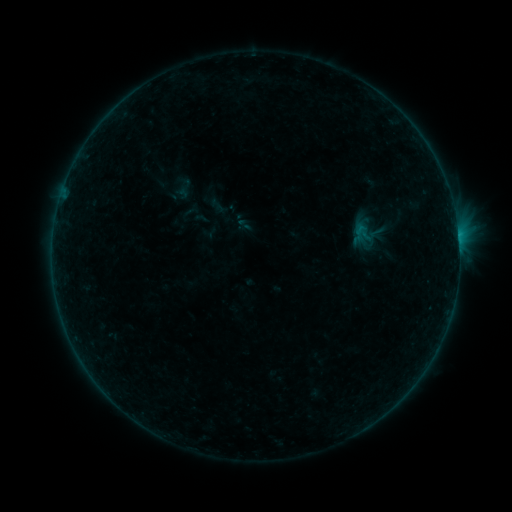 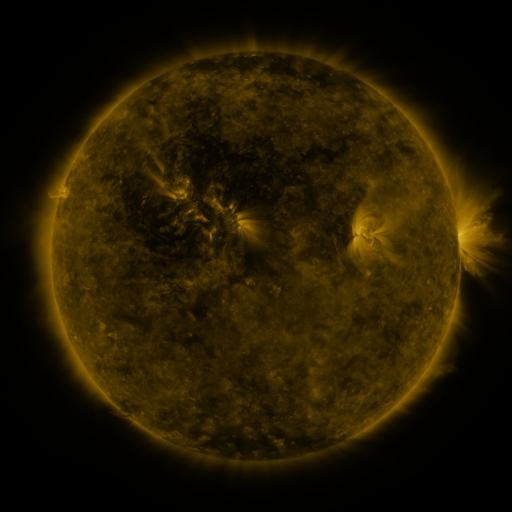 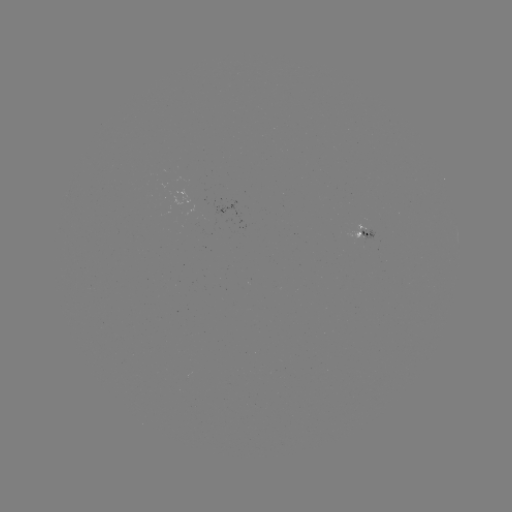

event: sigmoid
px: (365, 234)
